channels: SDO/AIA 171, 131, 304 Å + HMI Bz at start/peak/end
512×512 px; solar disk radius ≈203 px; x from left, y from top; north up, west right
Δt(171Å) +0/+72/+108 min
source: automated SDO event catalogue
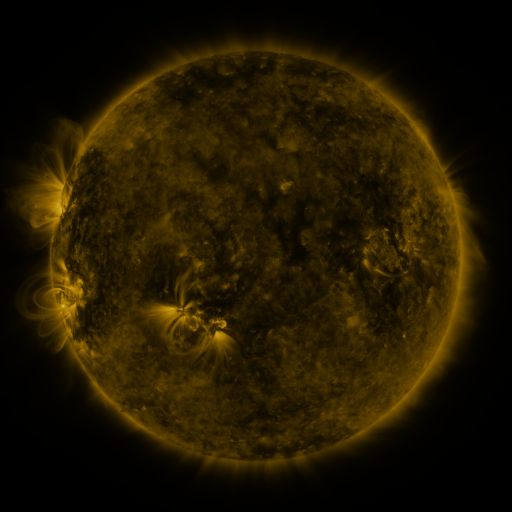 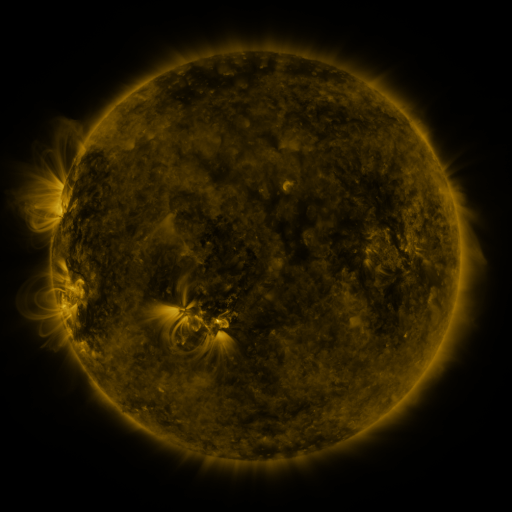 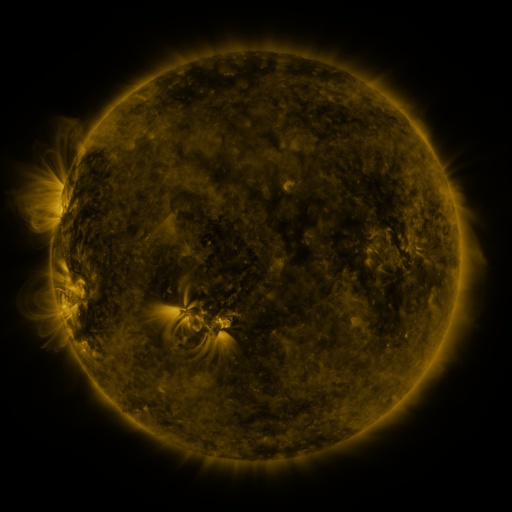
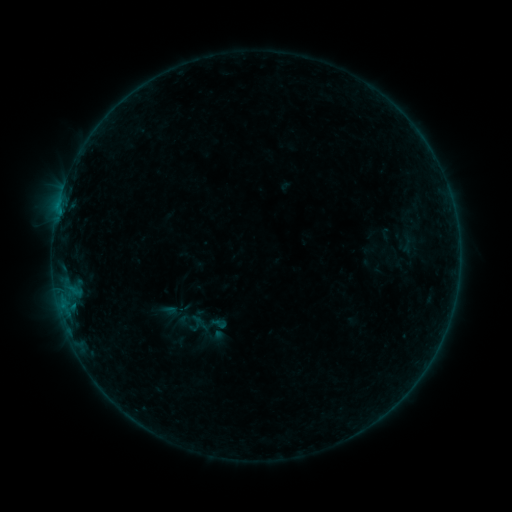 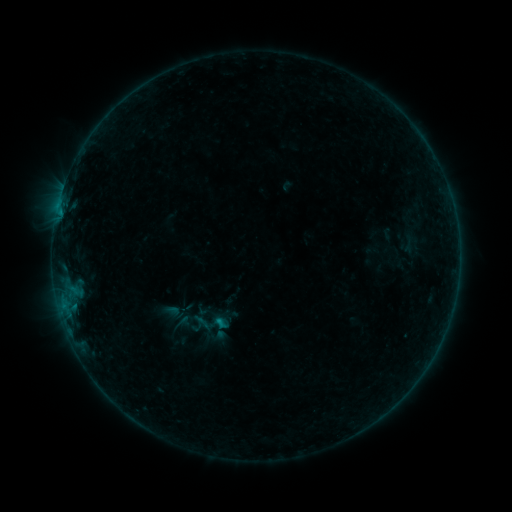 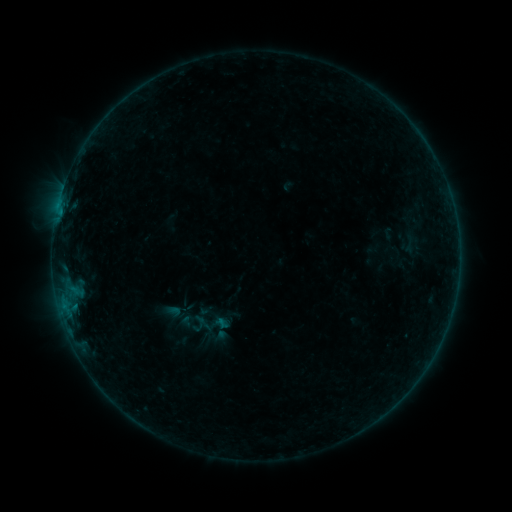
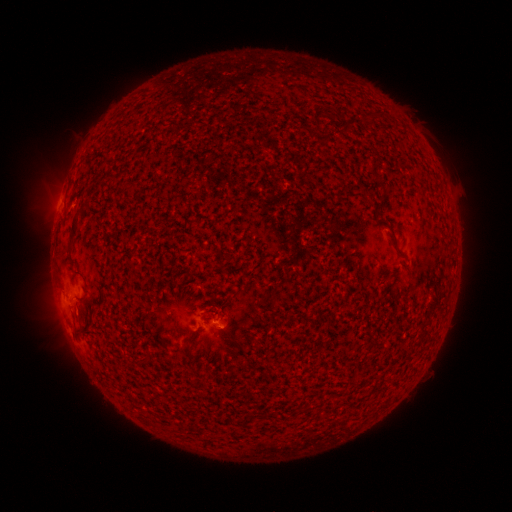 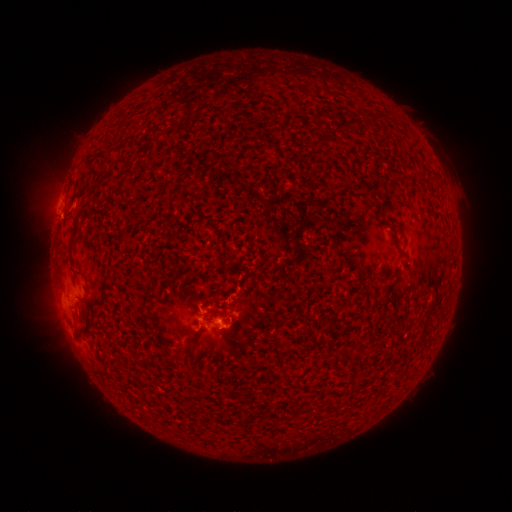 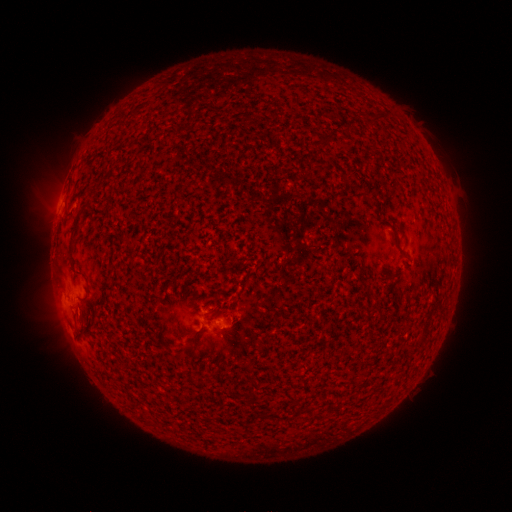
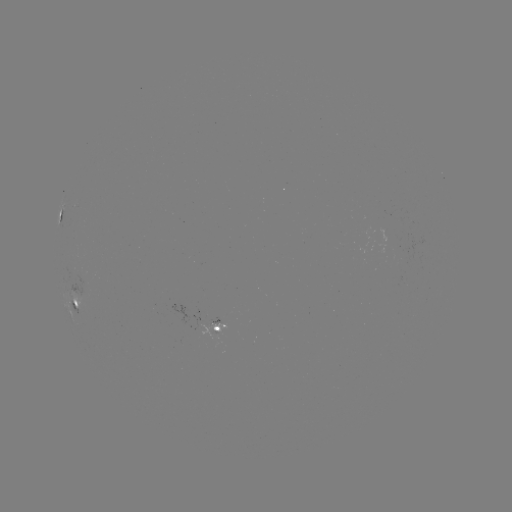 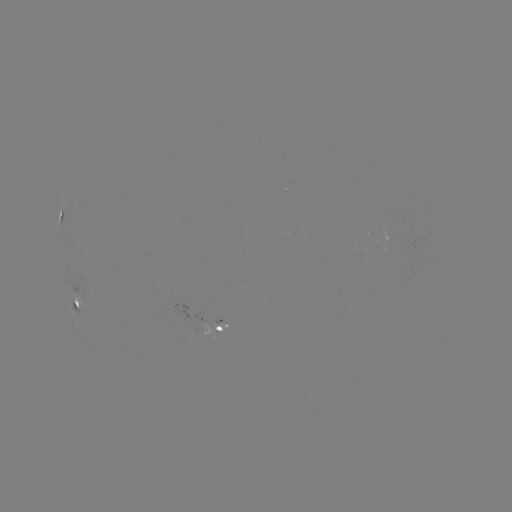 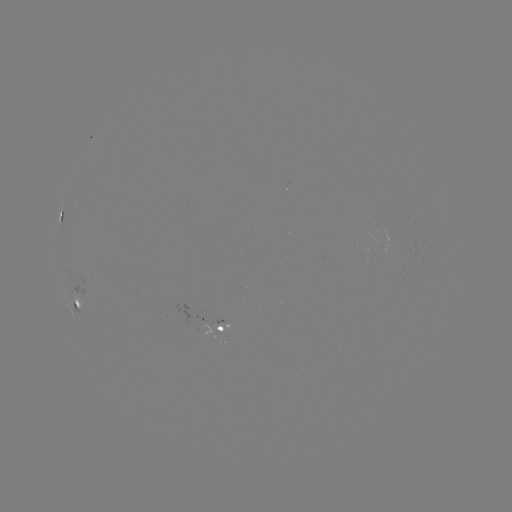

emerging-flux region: (210, 317, 226, 326)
